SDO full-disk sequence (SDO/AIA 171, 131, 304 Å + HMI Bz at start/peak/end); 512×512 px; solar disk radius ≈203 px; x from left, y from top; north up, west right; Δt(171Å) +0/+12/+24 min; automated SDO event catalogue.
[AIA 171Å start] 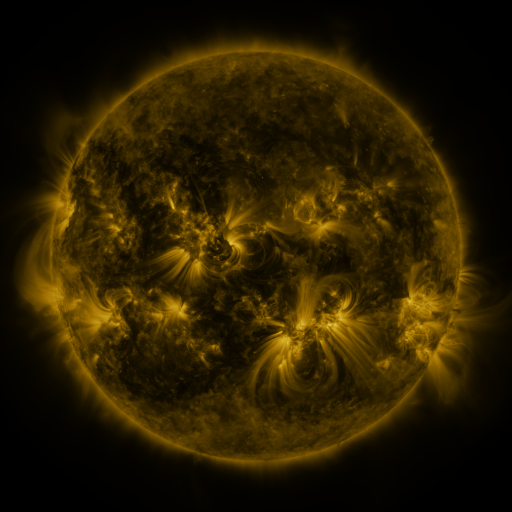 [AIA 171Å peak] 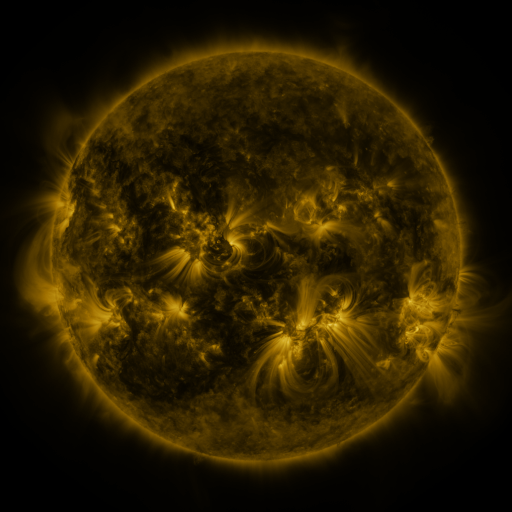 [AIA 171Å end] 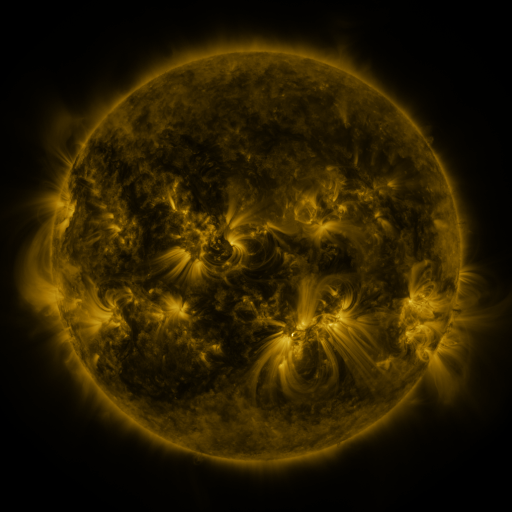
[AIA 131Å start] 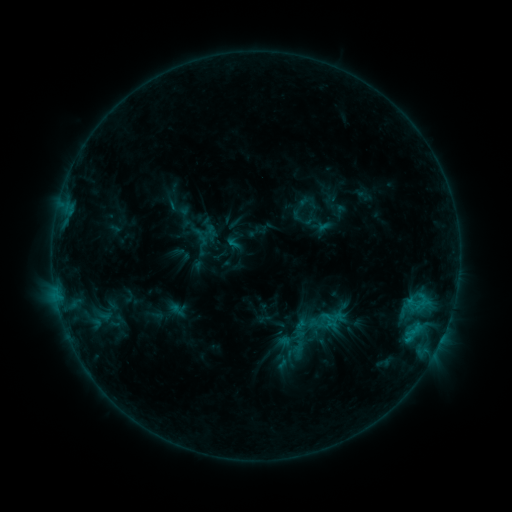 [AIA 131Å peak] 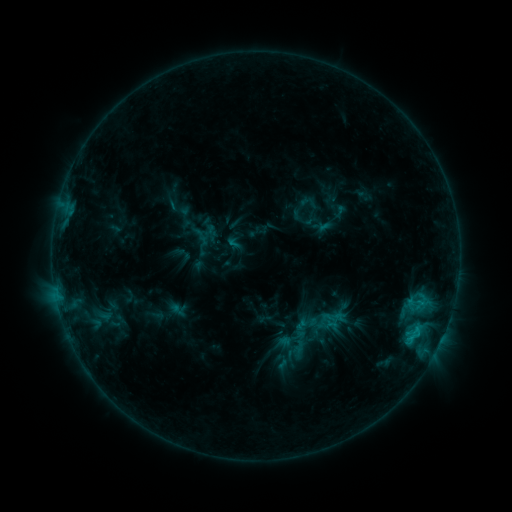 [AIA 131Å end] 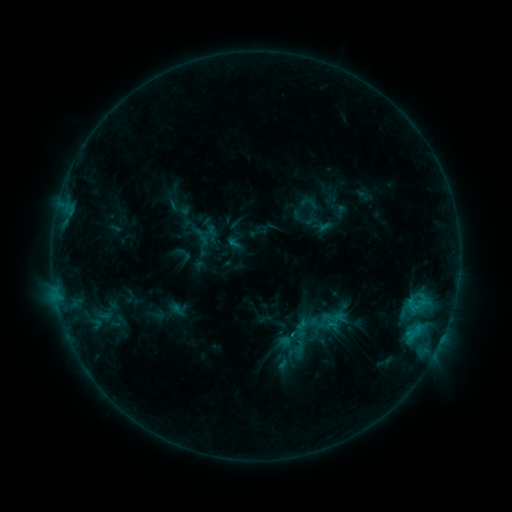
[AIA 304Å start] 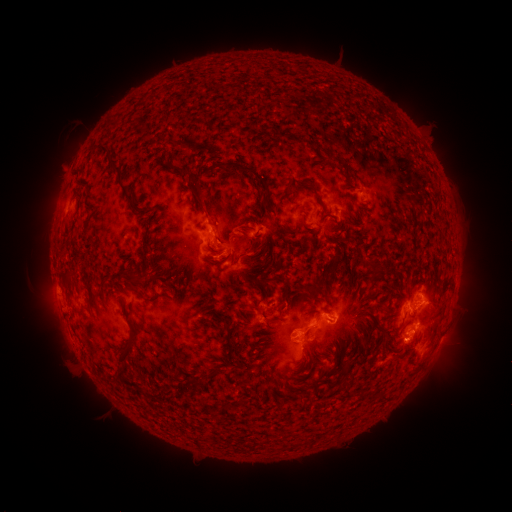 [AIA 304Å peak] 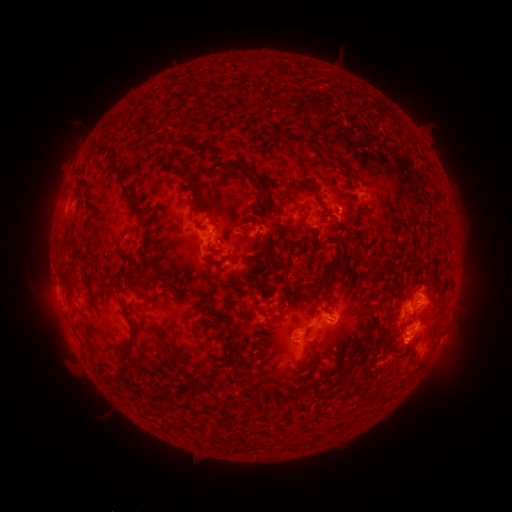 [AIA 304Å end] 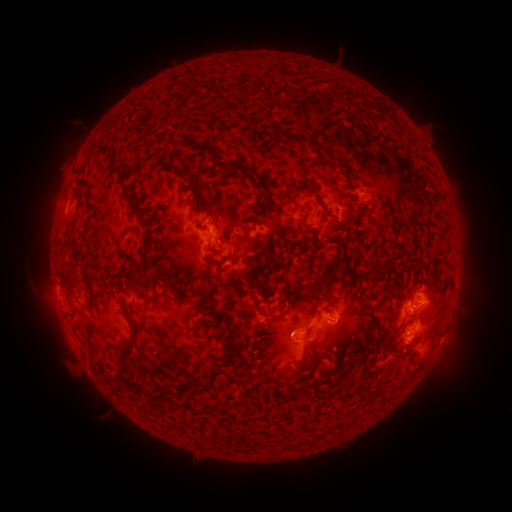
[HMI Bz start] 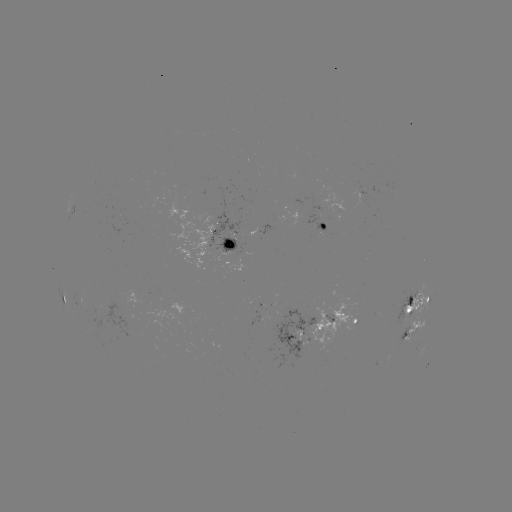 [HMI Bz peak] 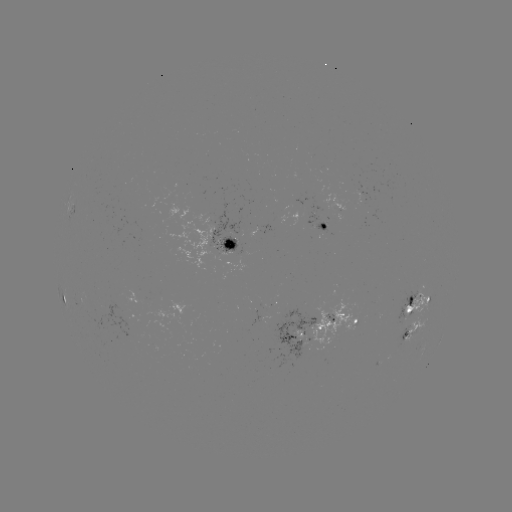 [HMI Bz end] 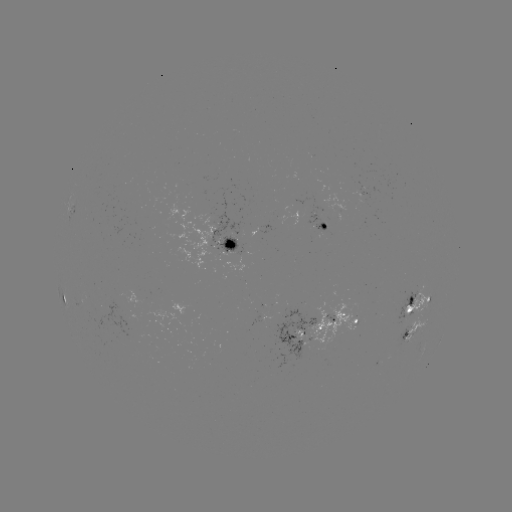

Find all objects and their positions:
C1.2 flare: (410, 336)
